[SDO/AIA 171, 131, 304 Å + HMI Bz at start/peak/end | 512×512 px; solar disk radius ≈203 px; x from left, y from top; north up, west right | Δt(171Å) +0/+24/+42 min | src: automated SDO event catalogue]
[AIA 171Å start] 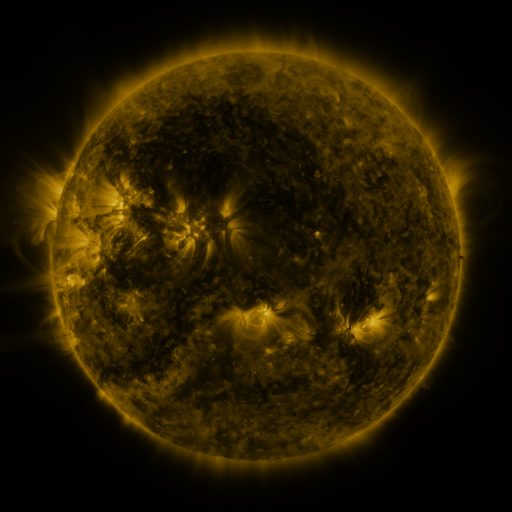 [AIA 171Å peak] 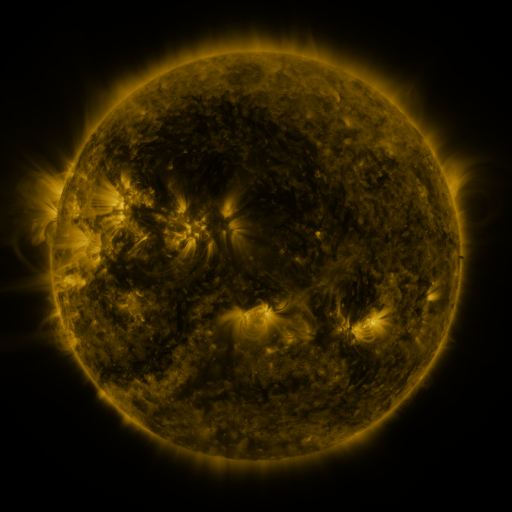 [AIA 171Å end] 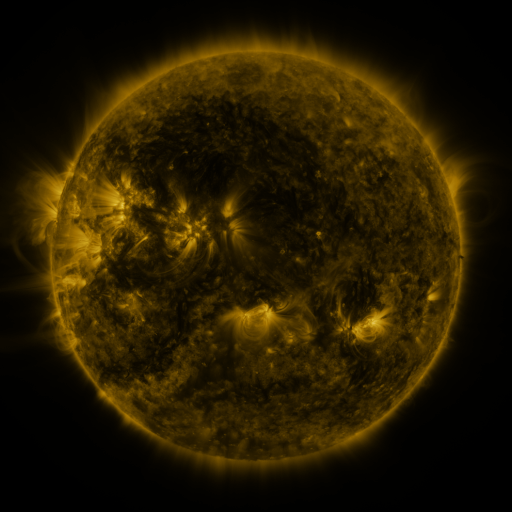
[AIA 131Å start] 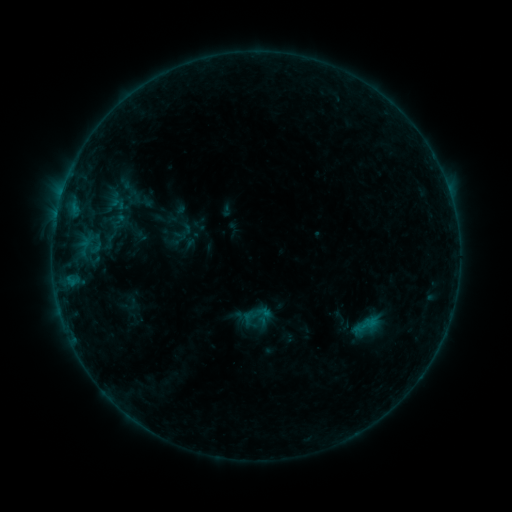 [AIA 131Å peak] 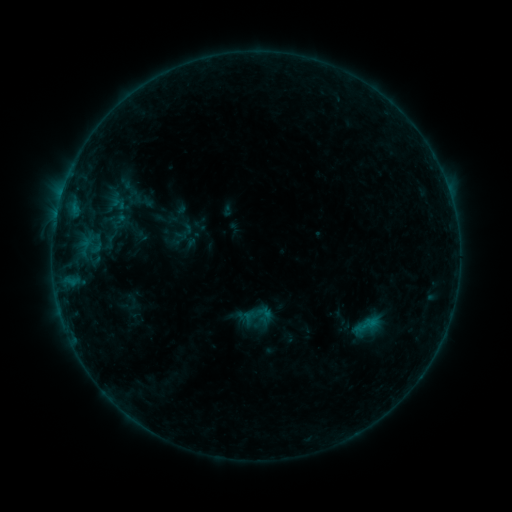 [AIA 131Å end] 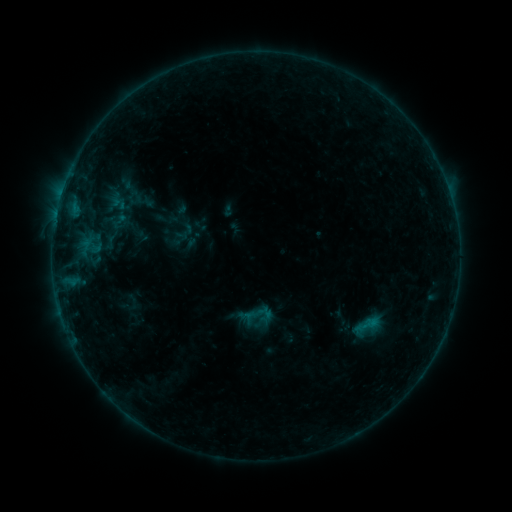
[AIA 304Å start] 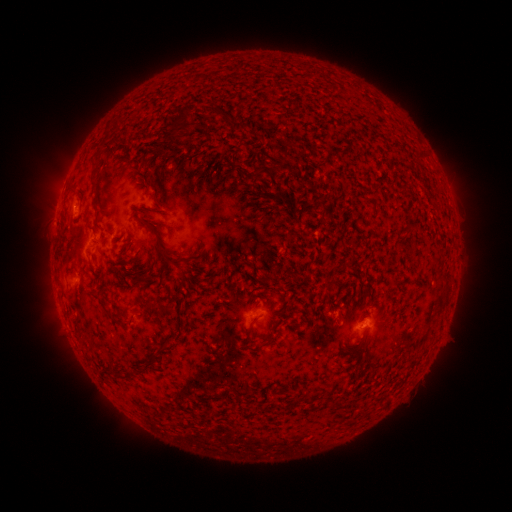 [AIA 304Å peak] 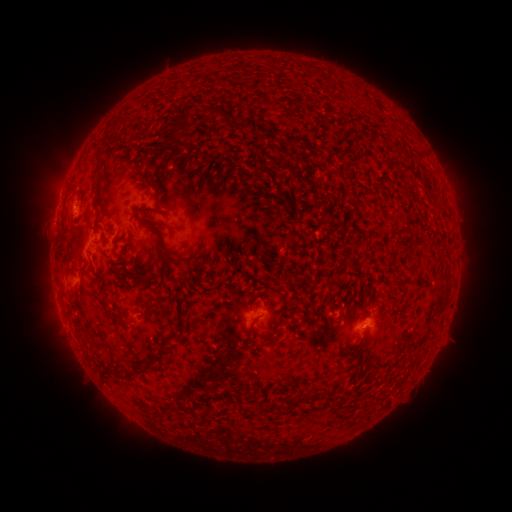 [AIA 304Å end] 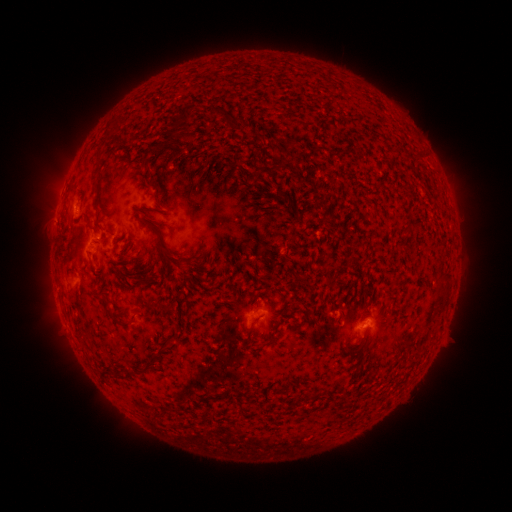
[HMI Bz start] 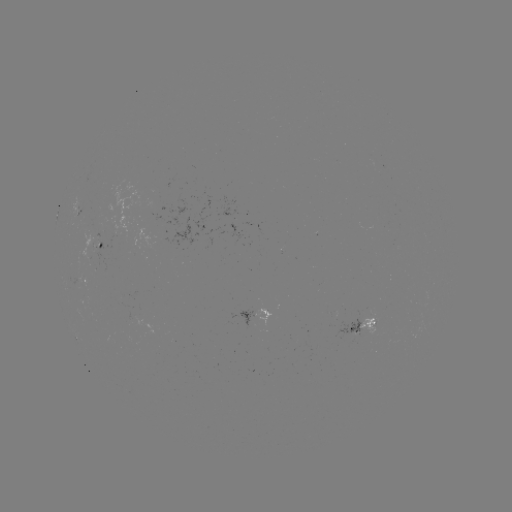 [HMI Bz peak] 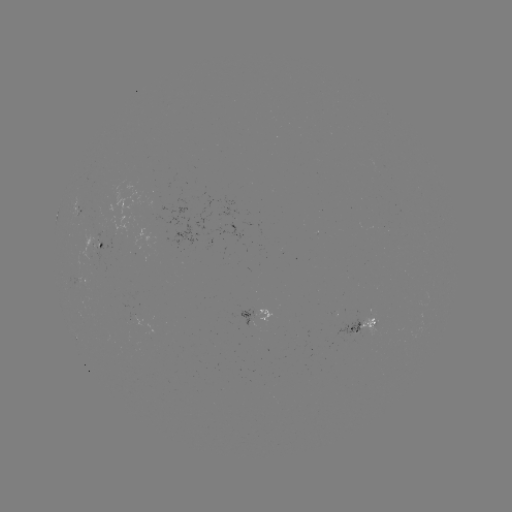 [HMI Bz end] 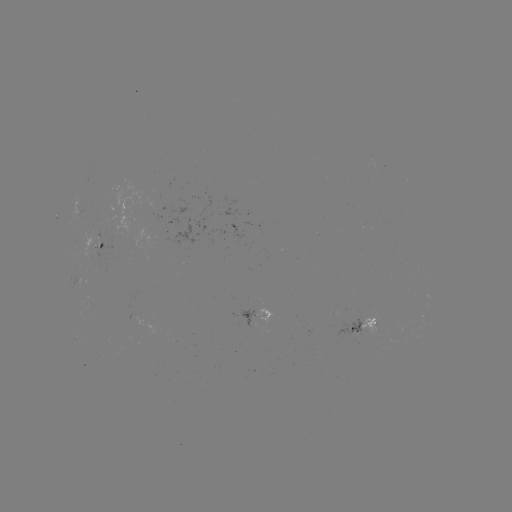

no classed flare was catalogued and no EUV brightening was flagged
